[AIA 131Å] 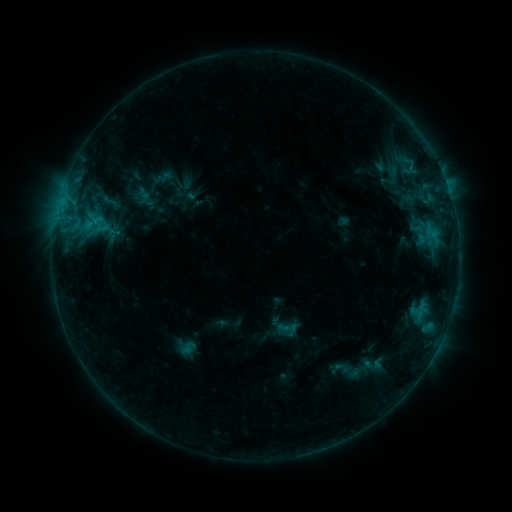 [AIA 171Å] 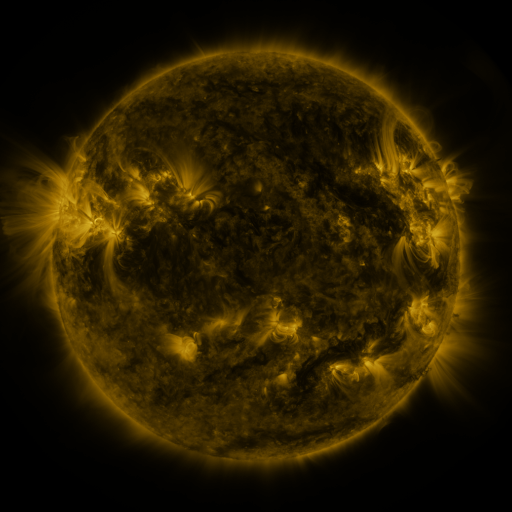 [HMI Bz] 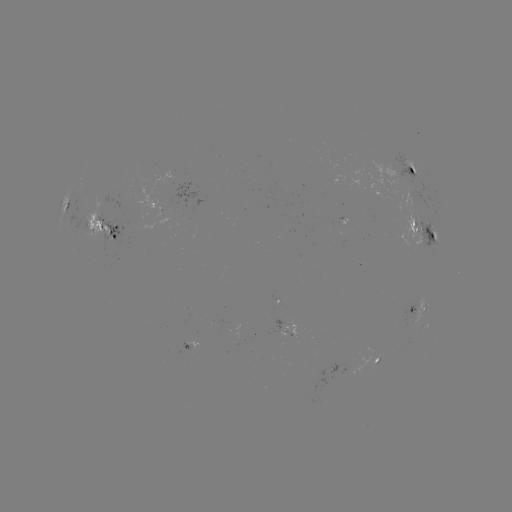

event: sigmoid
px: (287, 329)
